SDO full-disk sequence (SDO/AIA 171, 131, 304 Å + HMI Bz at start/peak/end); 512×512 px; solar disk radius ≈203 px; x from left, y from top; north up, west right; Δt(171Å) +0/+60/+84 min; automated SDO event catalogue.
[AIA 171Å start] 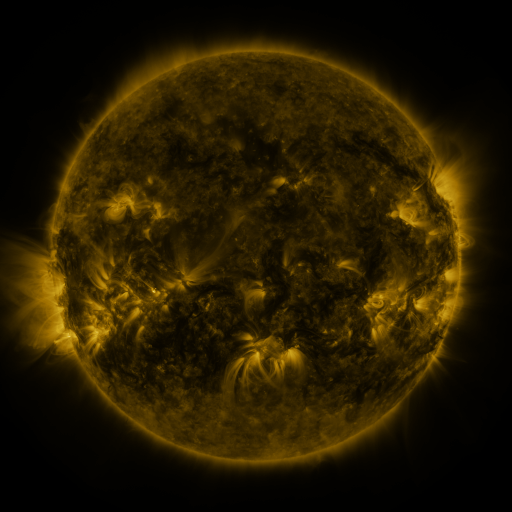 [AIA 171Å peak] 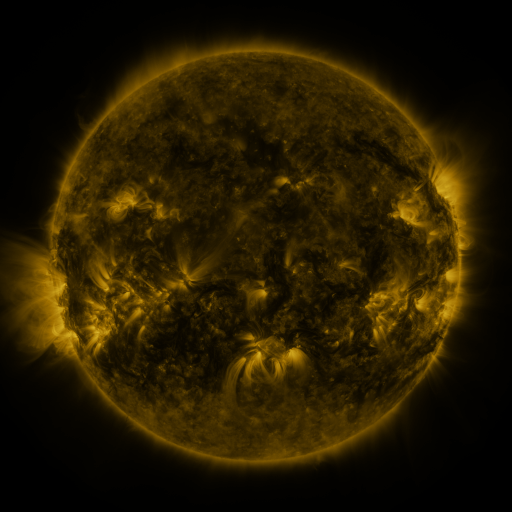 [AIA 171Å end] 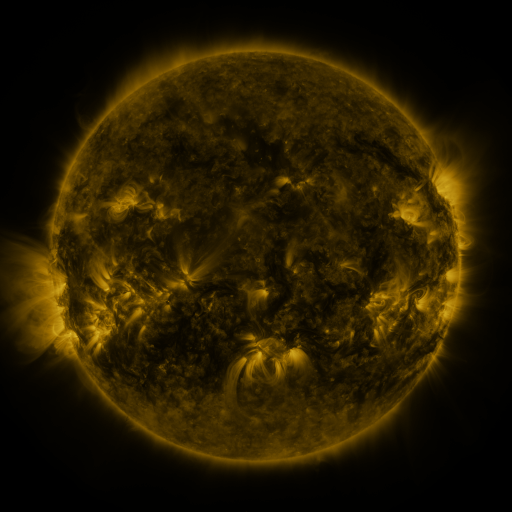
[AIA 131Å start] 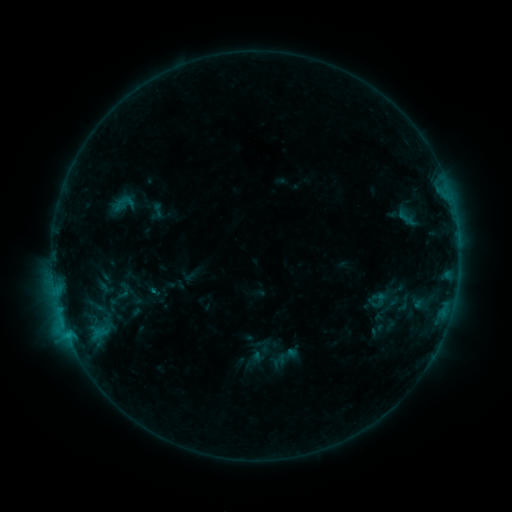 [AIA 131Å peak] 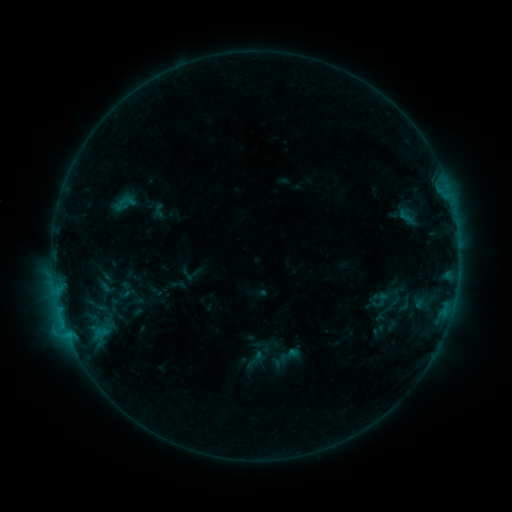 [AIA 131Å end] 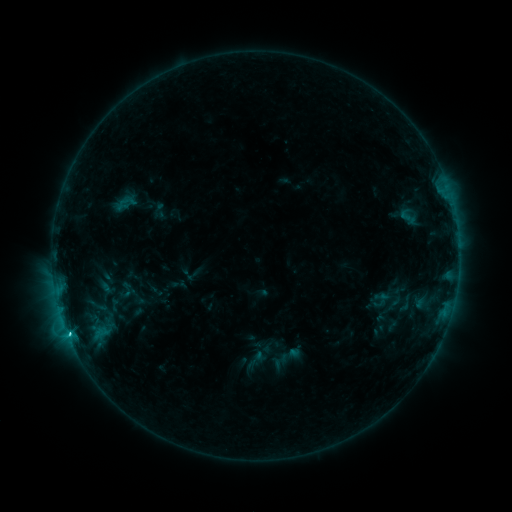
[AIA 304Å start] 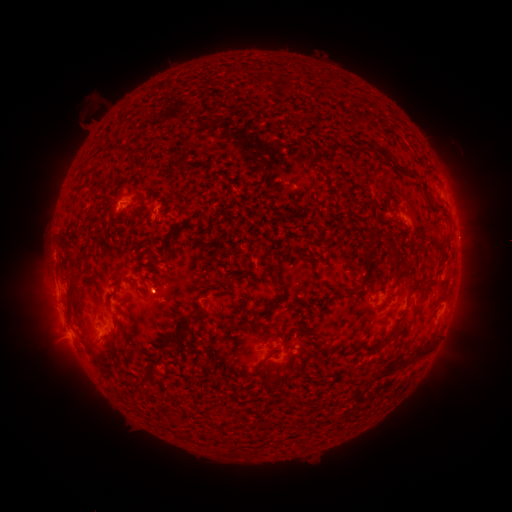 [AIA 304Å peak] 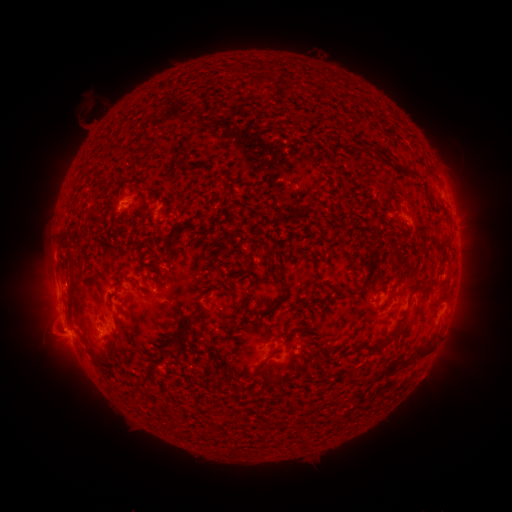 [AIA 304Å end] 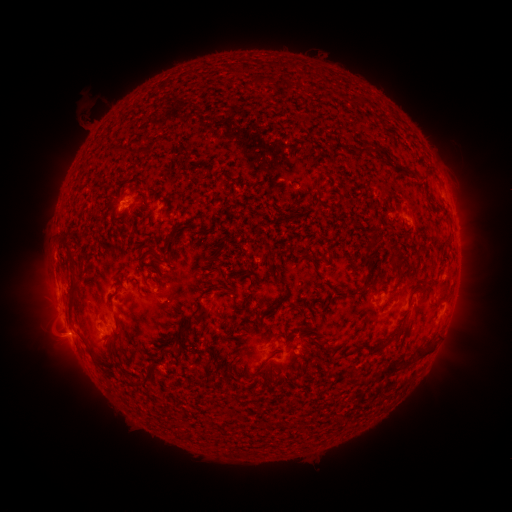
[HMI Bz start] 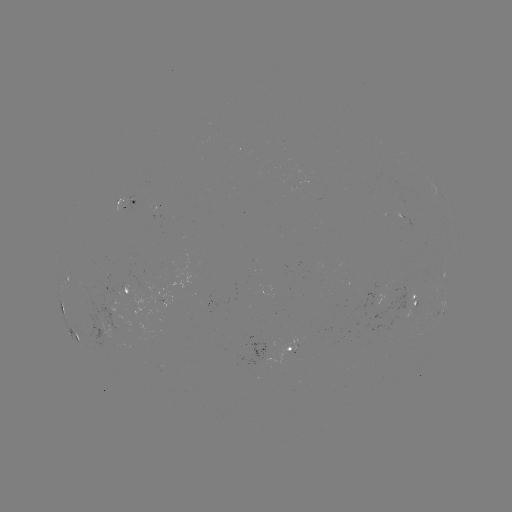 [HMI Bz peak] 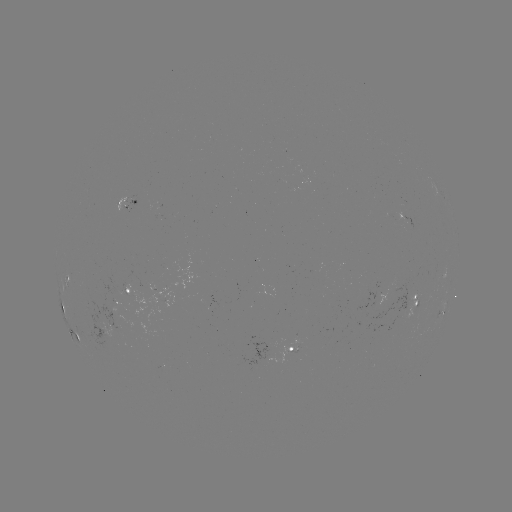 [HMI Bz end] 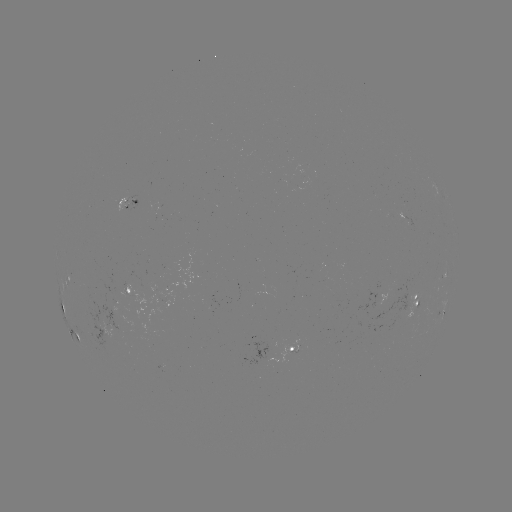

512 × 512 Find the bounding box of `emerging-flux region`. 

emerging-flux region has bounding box [123, 198, 134, 204].